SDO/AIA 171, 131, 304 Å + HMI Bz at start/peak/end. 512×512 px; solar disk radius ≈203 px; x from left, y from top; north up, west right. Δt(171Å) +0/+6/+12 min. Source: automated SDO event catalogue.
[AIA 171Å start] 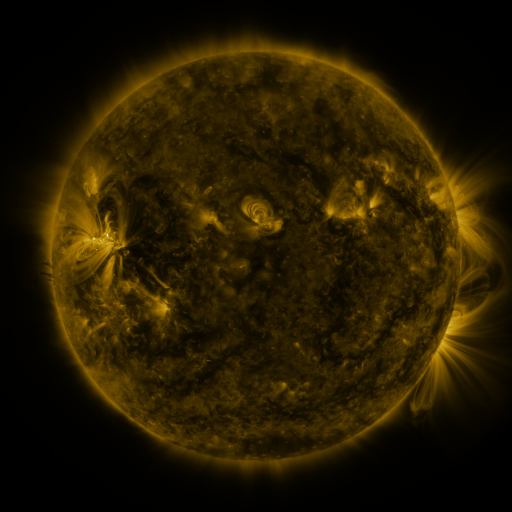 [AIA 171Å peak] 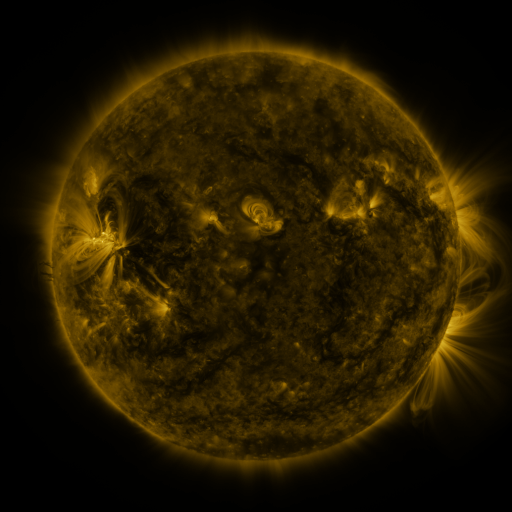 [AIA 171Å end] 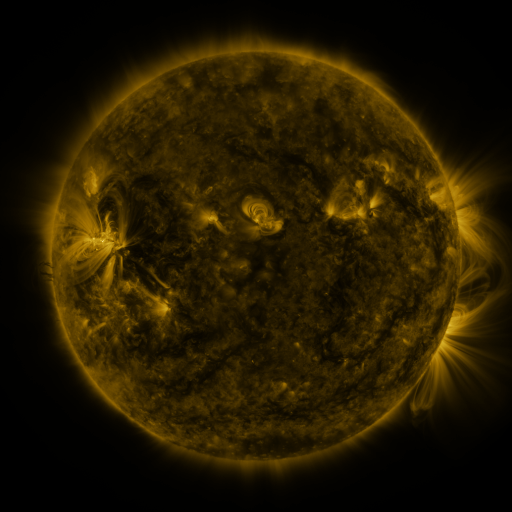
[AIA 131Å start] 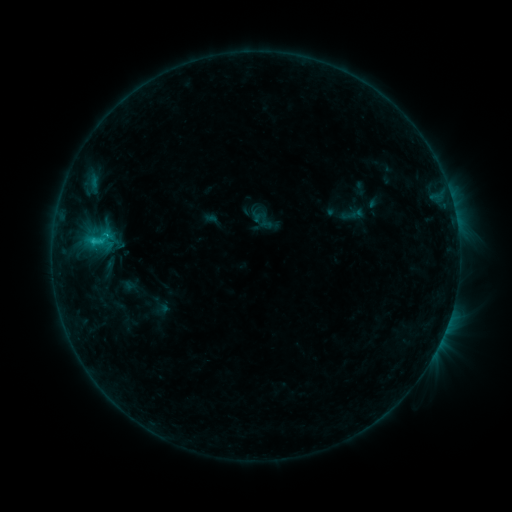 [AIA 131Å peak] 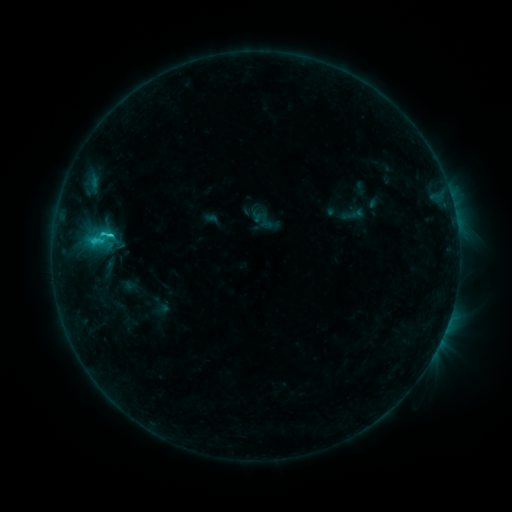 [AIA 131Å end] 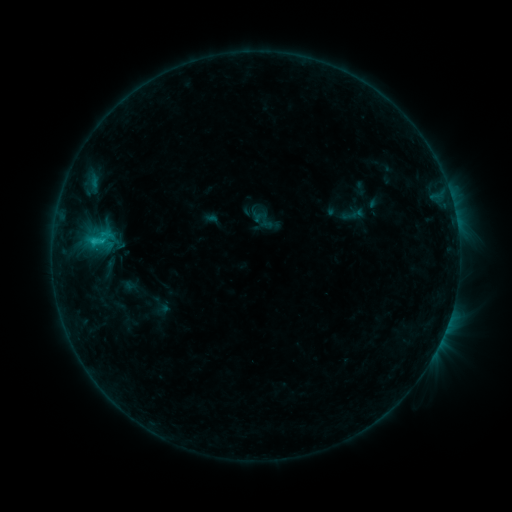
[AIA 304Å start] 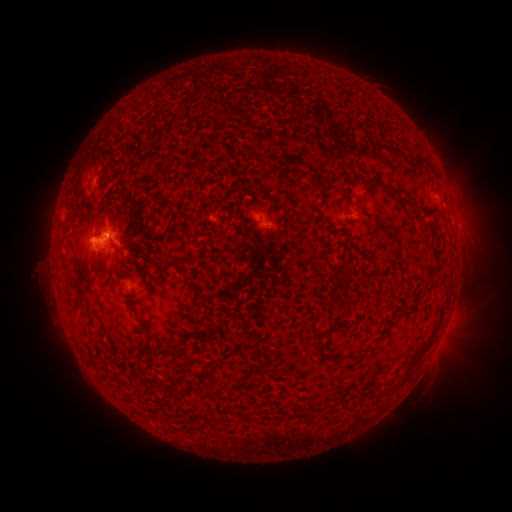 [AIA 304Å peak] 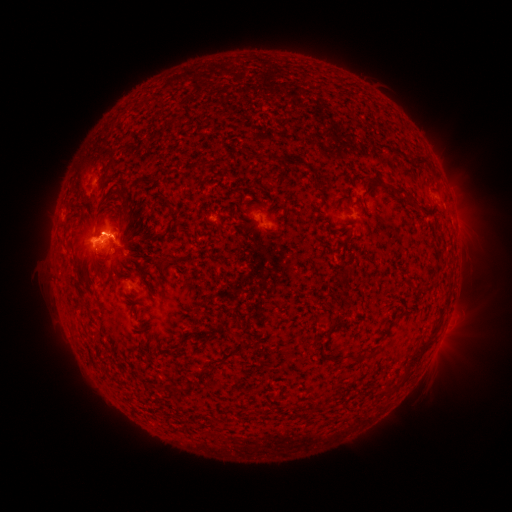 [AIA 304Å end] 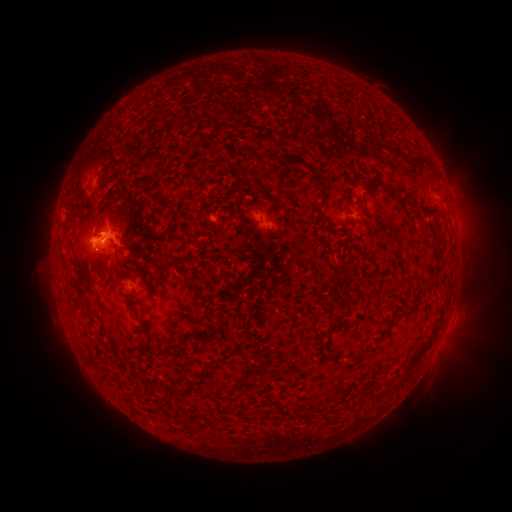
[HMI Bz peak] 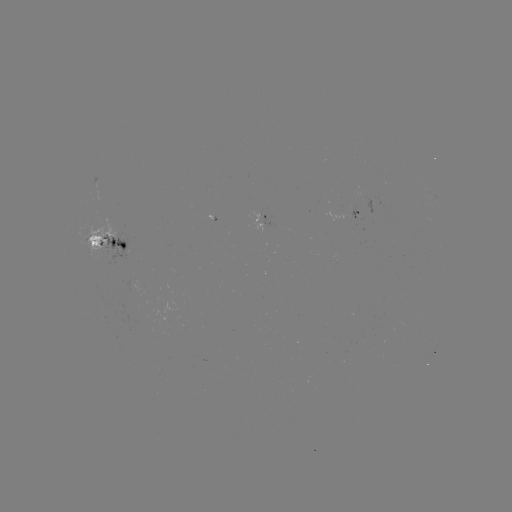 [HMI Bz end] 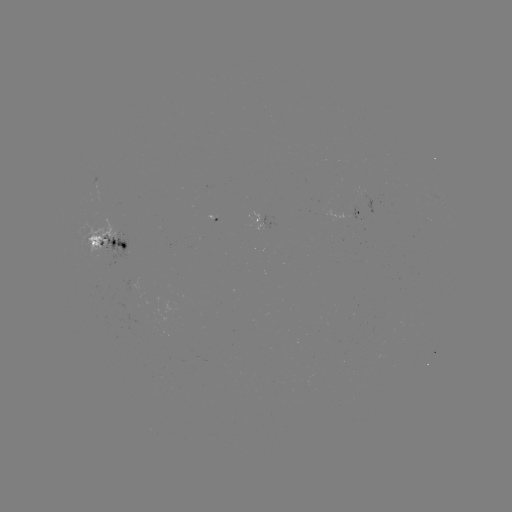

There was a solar flare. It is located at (106, 238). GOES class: C2.1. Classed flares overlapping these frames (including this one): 1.